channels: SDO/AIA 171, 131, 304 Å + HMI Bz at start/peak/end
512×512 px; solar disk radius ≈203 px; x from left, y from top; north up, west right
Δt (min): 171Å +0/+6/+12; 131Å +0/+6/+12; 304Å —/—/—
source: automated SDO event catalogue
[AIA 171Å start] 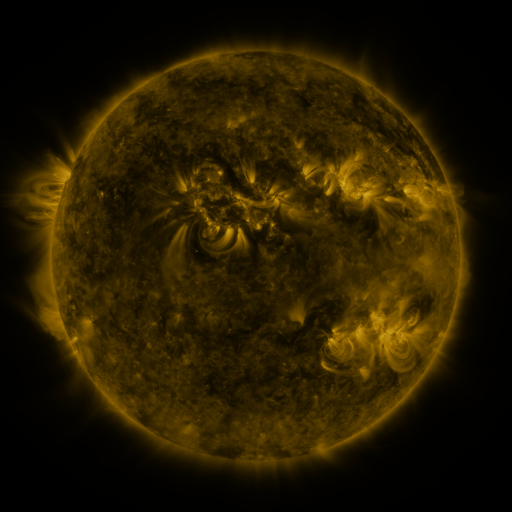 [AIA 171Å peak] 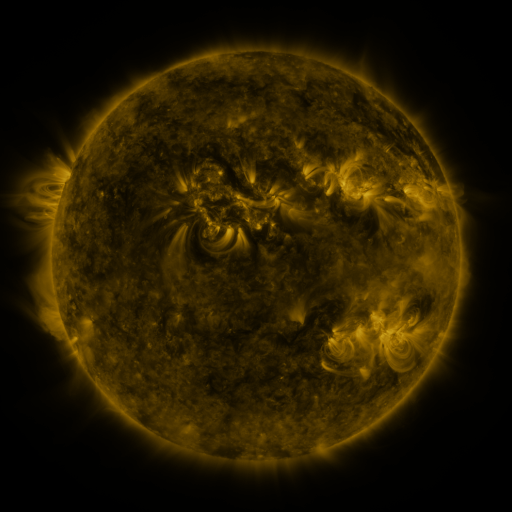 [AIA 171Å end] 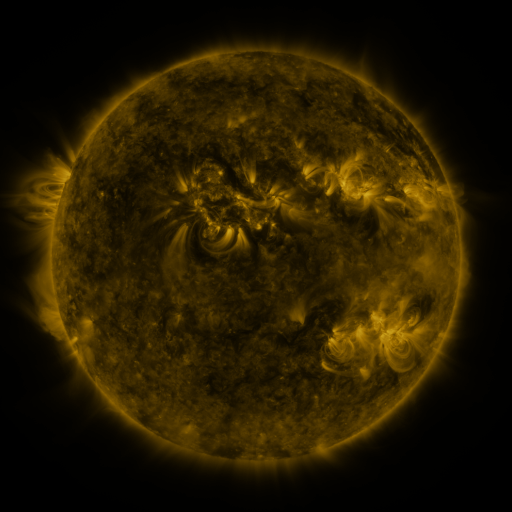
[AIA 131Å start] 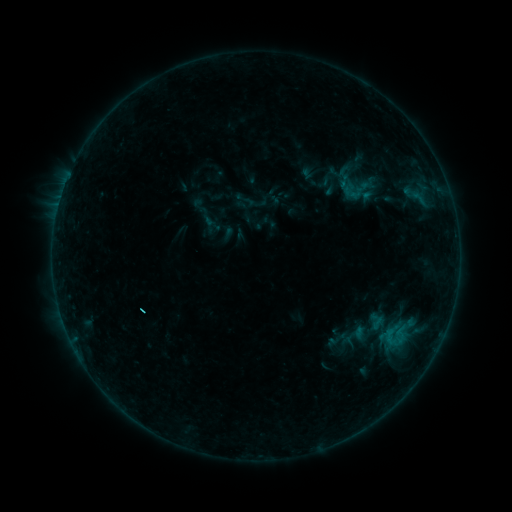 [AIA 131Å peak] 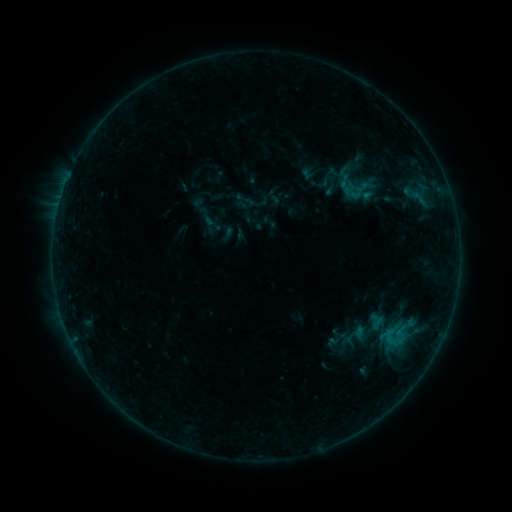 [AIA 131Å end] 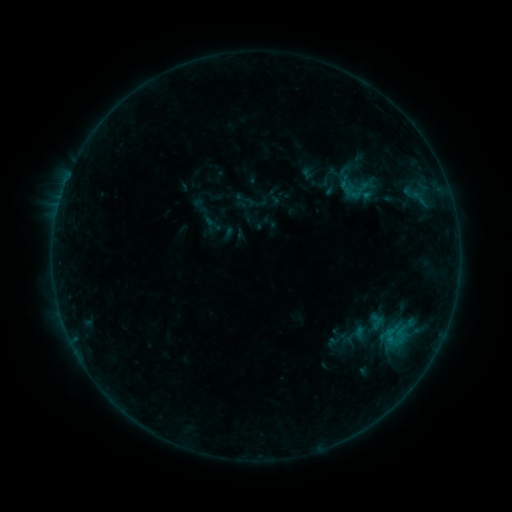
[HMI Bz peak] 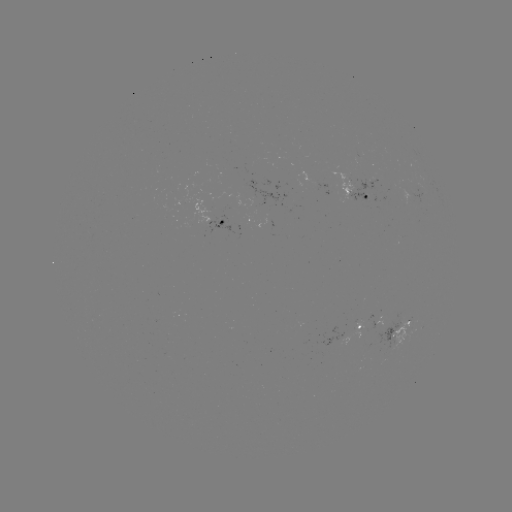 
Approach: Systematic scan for B3.1 flare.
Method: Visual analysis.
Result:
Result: B3.1 flare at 389,338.